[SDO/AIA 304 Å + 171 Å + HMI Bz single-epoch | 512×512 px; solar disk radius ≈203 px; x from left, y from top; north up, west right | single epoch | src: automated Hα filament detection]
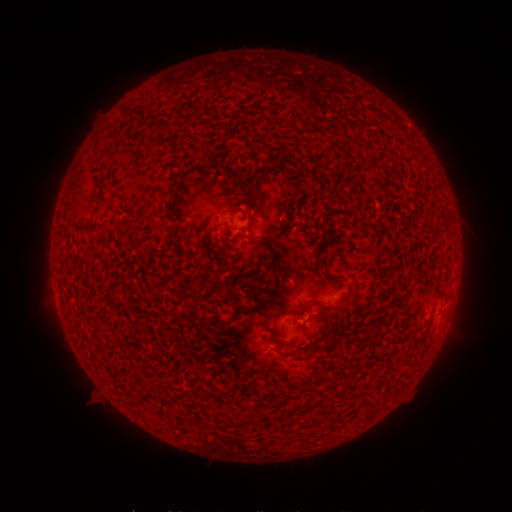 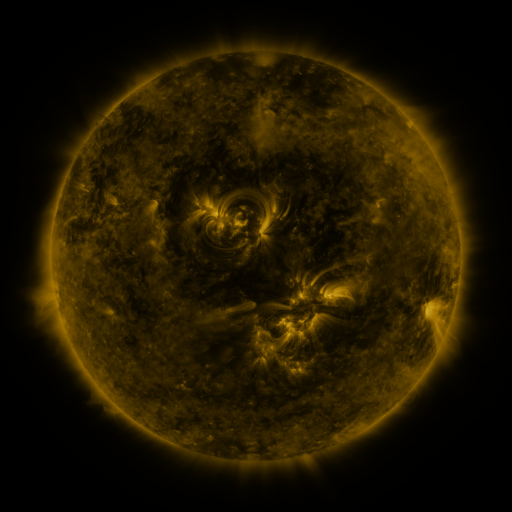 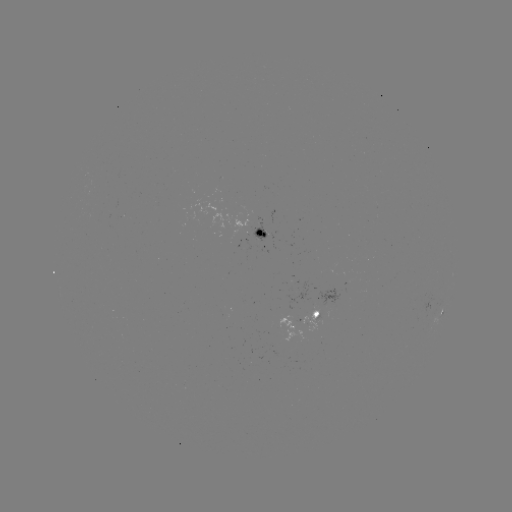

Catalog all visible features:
filament: (159, 126)
filament: (205, 144)
filament: (174, 149)
filament: (227, 171)
filament: (173, 175)
filament: (246, 188)
filament: (88, 226)
filament: (324, 233)
filament: (330, 276)
filament: (347, 306)
filament: (305, 307)
filament: (266, 321)
